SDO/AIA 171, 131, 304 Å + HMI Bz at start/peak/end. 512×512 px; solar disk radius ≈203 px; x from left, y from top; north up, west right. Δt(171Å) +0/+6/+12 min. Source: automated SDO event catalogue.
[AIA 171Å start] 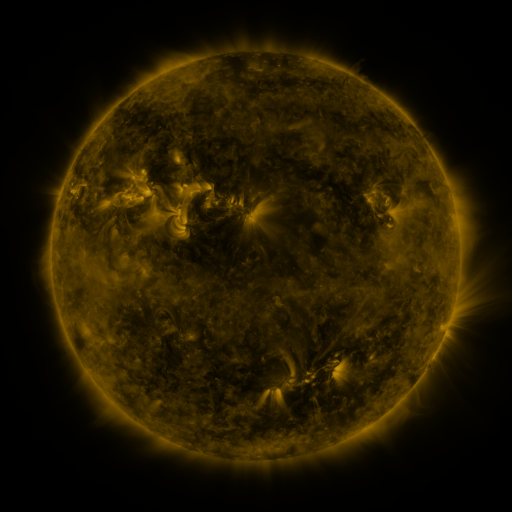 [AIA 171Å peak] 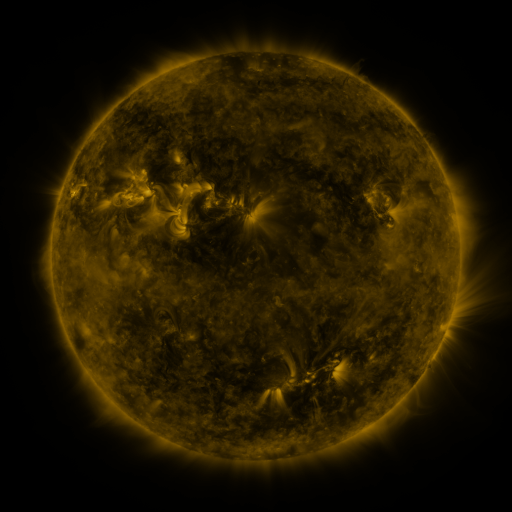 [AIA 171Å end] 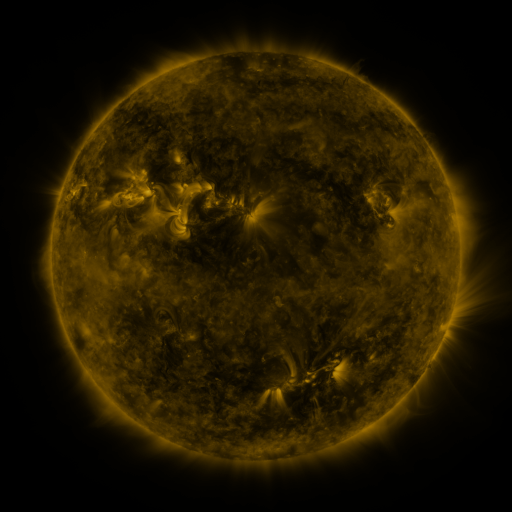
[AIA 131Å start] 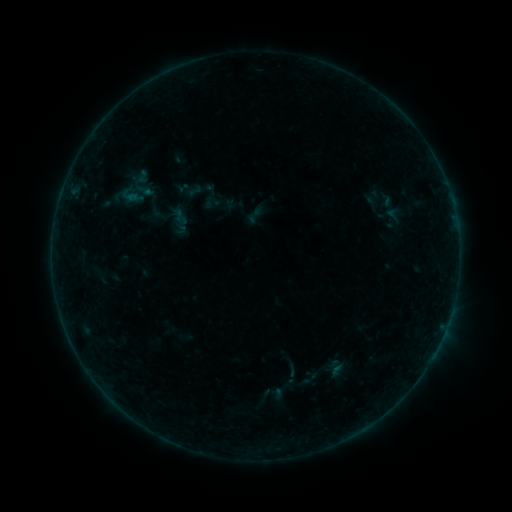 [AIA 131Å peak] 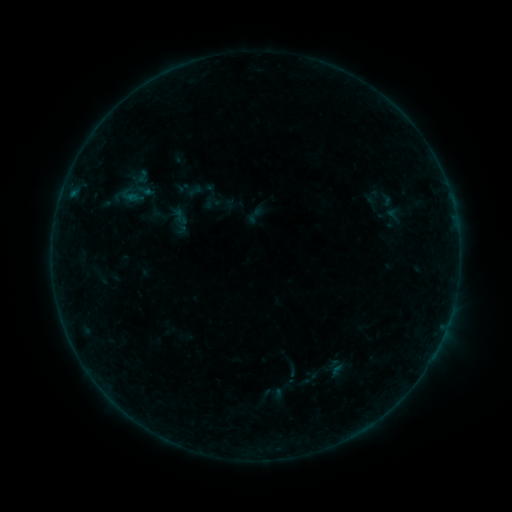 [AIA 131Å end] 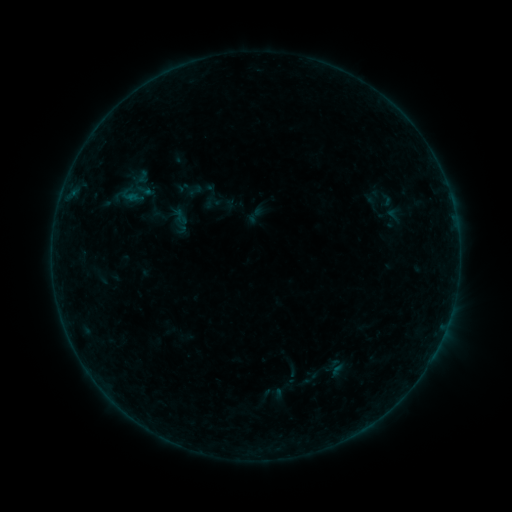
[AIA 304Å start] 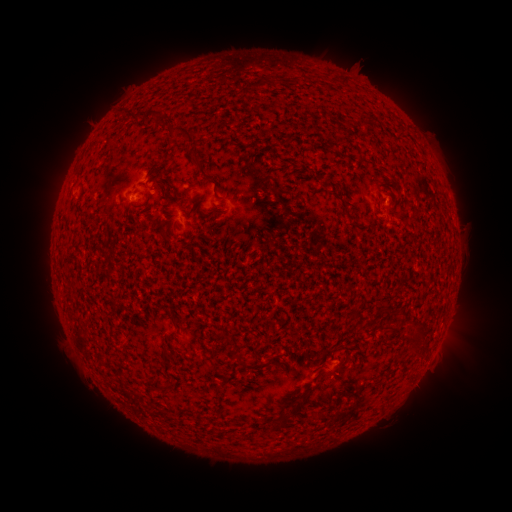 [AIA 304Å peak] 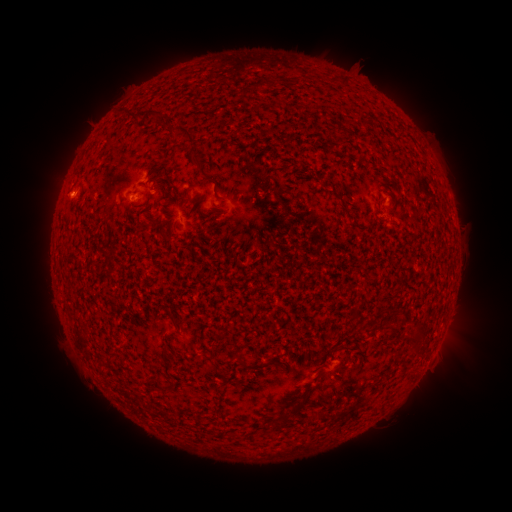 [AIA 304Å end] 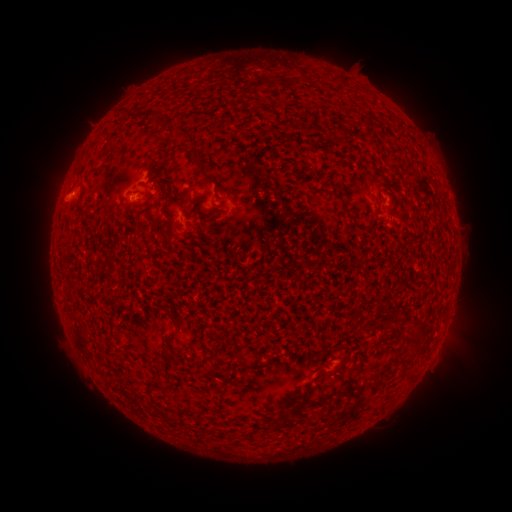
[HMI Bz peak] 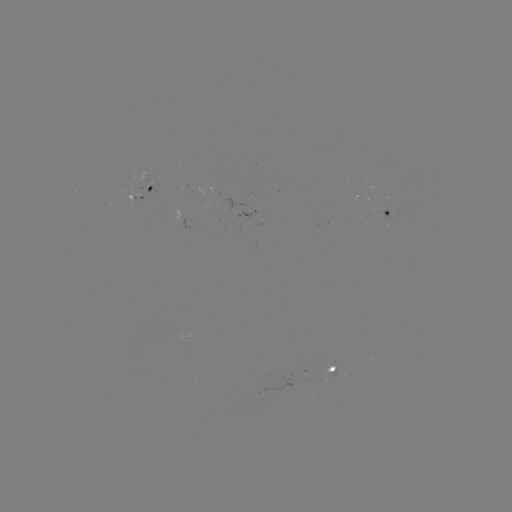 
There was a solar flare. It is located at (132, 199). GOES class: B1.0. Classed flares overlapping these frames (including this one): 1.